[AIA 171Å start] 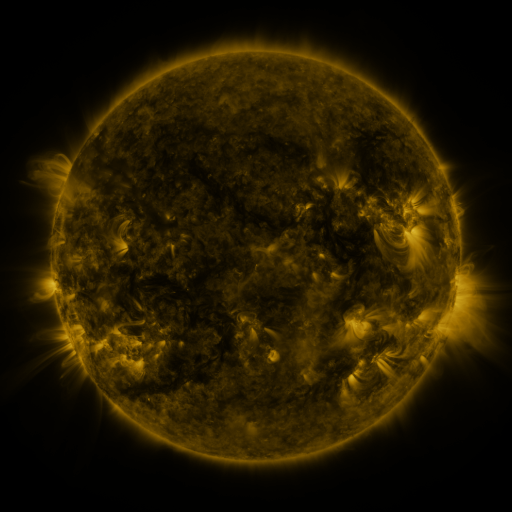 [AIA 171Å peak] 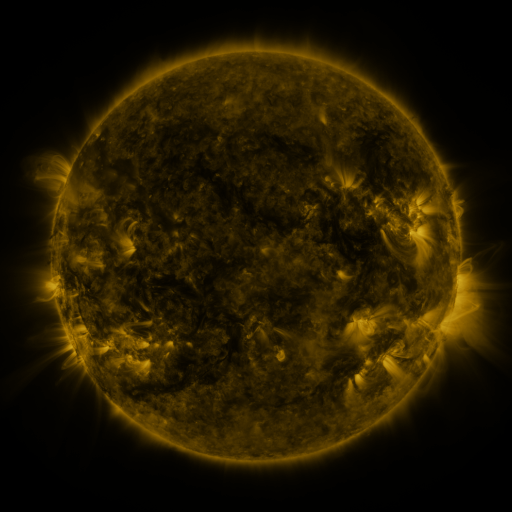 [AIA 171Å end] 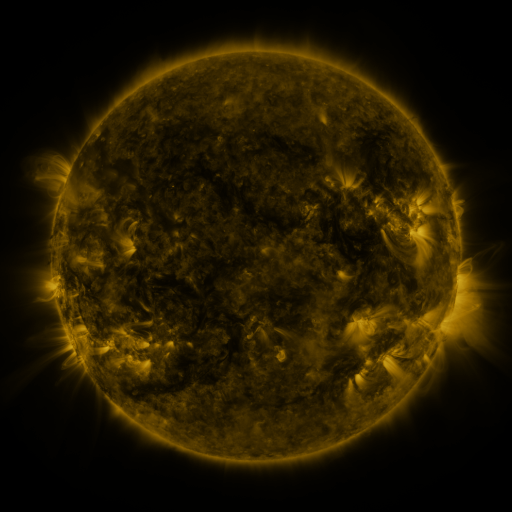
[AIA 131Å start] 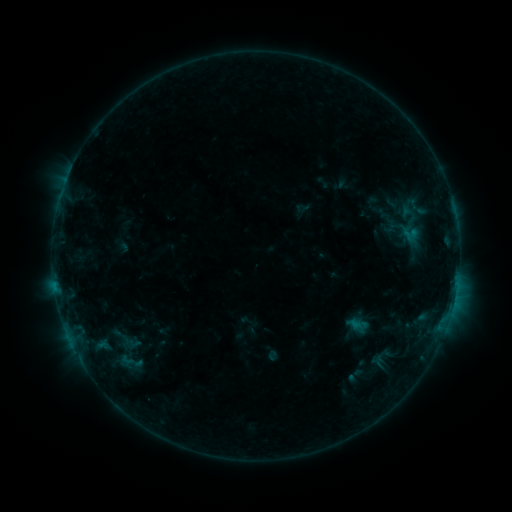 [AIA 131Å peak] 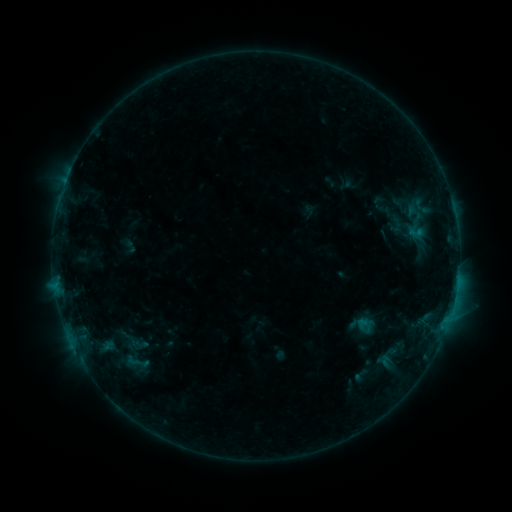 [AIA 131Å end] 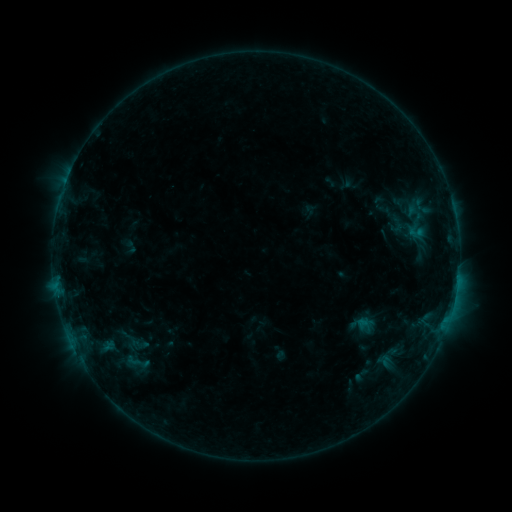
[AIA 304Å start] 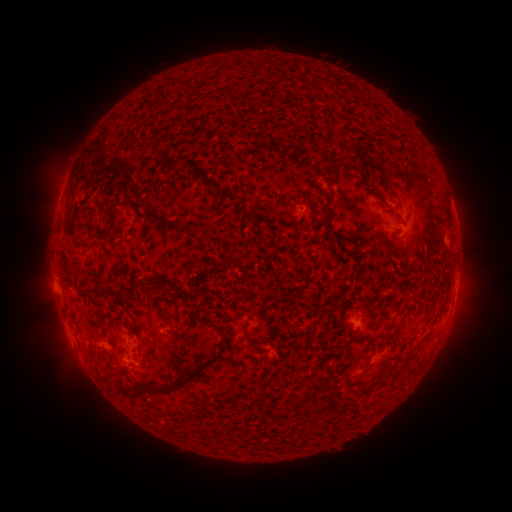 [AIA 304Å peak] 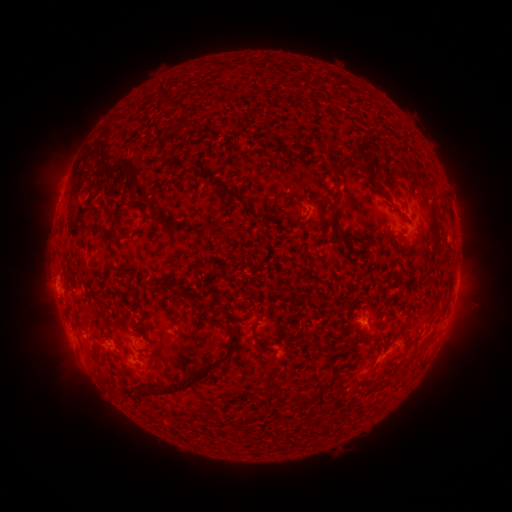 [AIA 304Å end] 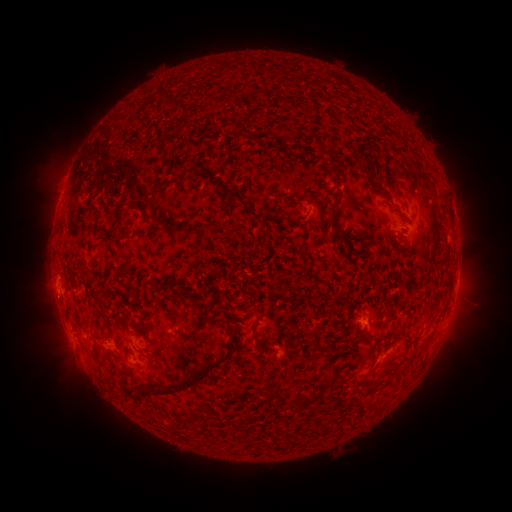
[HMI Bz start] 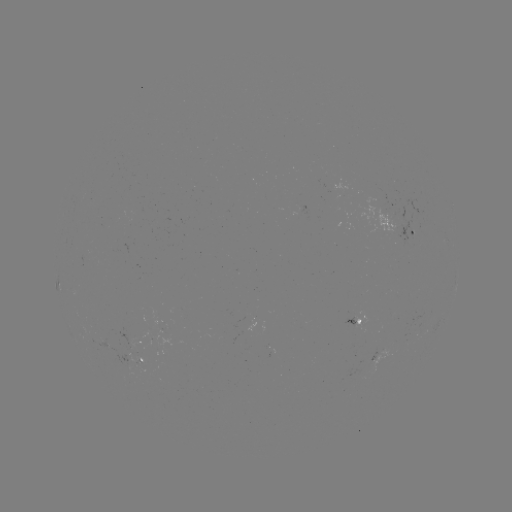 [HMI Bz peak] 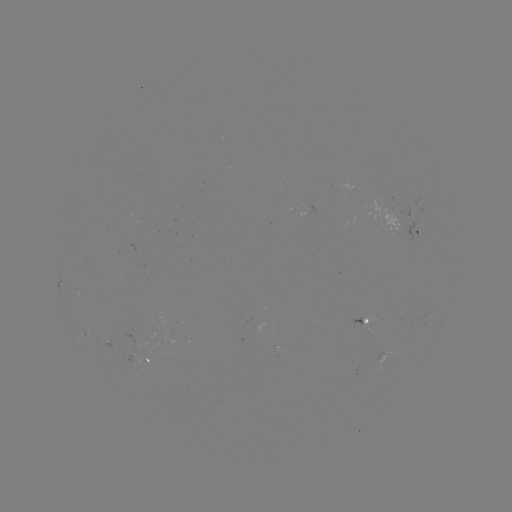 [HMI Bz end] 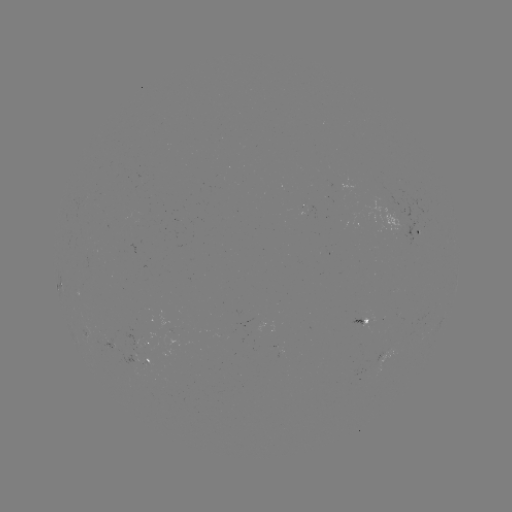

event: emerging-flux region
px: (145, 365)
